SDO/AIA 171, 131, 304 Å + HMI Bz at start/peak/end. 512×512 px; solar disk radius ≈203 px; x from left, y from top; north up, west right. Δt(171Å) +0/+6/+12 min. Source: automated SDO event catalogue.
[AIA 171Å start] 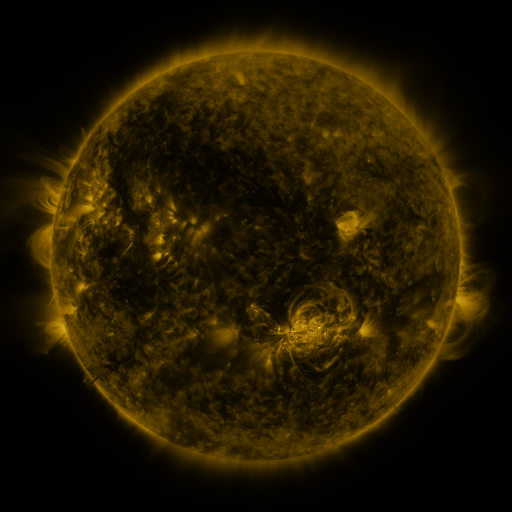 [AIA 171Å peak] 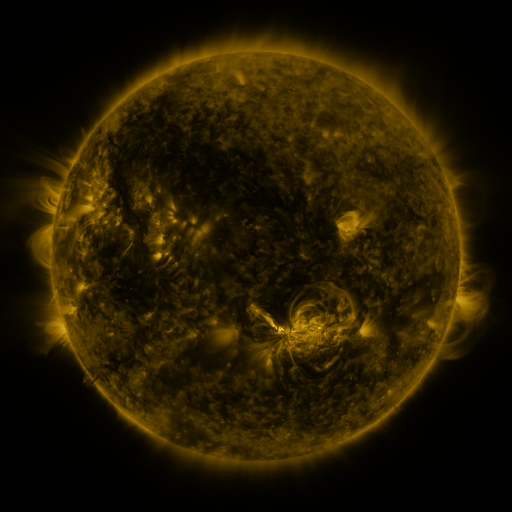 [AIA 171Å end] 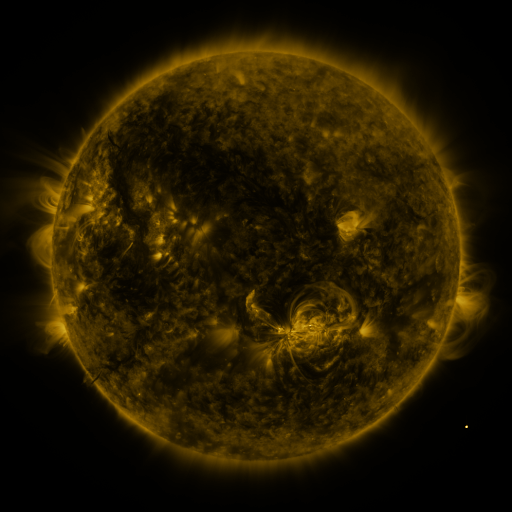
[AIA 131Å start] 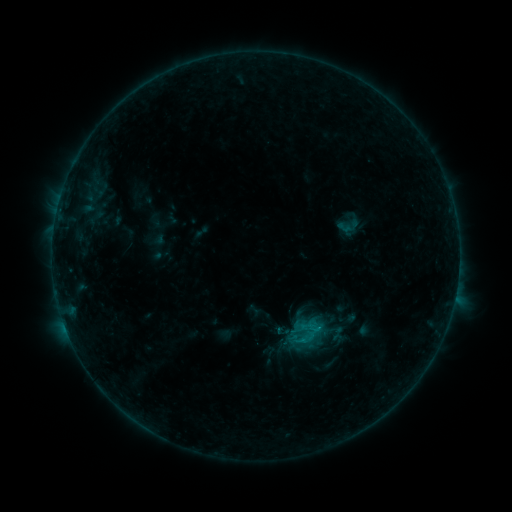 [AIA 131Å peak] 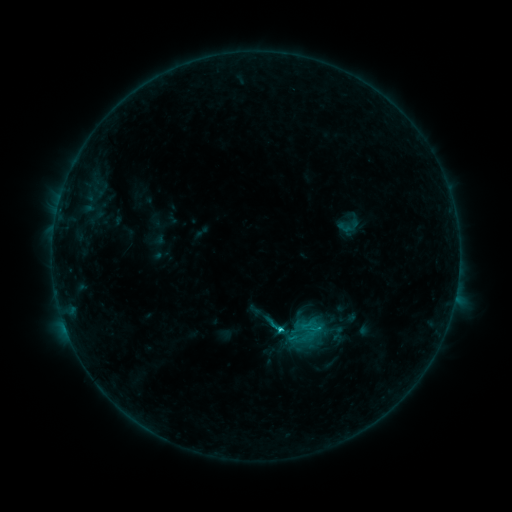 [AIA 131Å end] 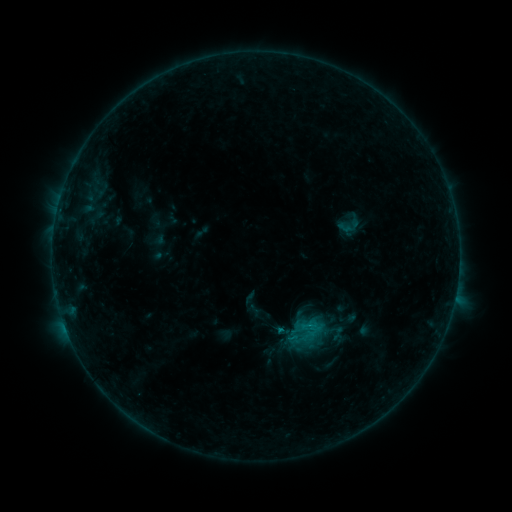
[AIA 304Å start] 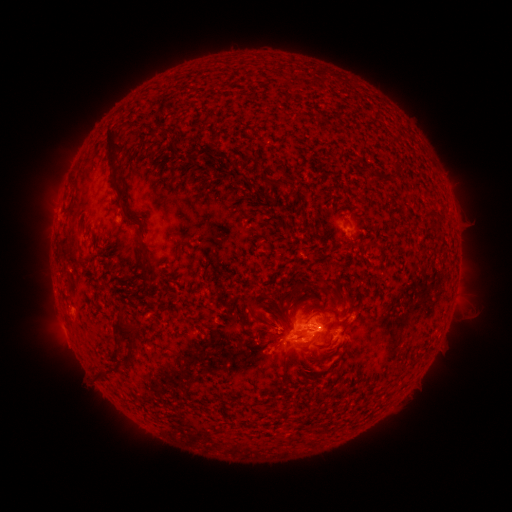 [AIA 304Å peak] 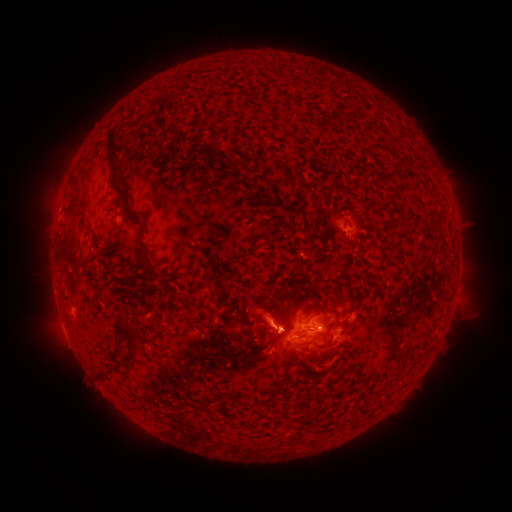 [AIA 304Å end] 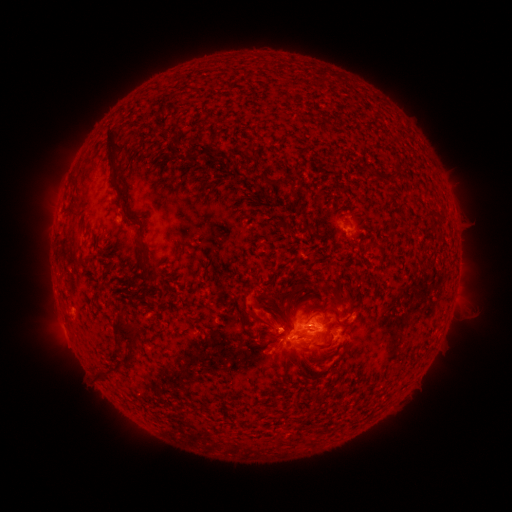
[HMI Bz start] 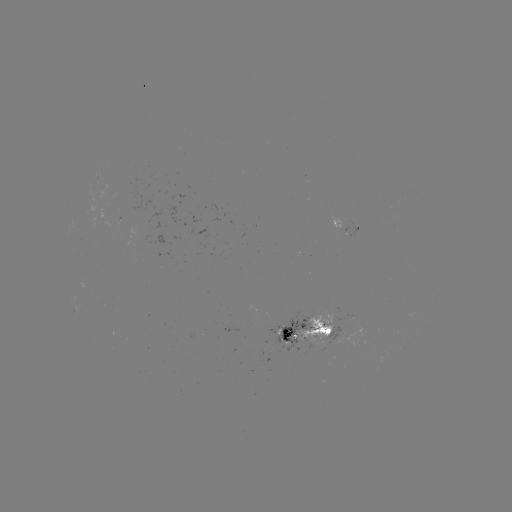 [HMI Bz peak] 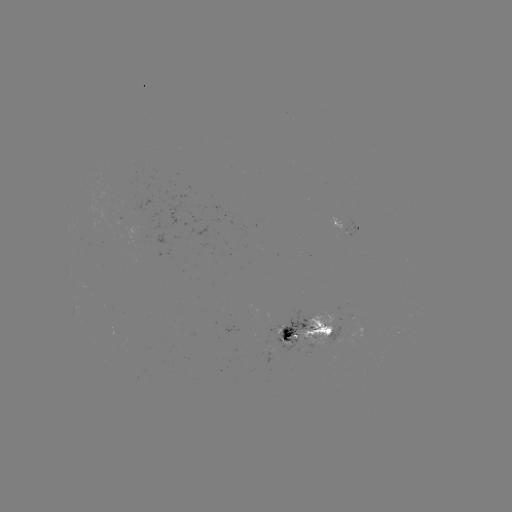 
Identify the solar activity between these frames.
C1.4 flare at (280, 328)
